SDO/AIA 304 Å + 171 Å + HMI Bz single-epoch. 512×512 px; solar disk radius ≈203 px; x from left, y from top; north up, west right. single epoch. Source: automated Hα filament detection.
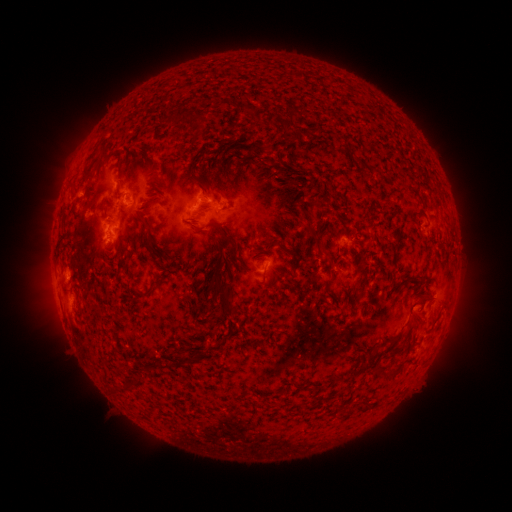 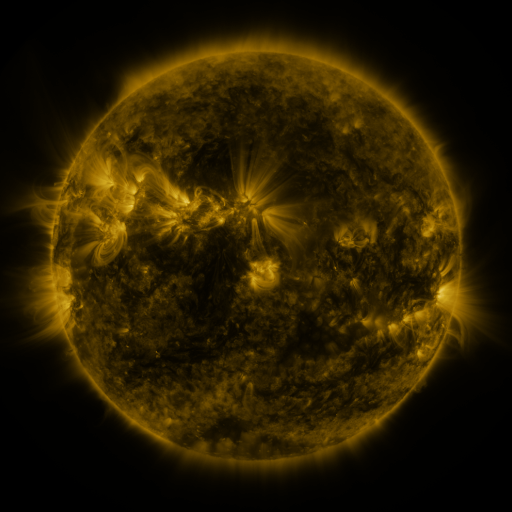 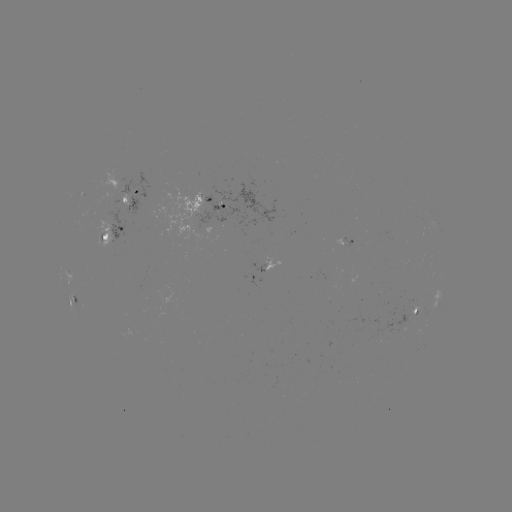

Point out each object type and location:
filament: [170, 106, 182, 120]
filament: [275, 108, 302, 149]
filament: [194, 114, 205, 123]
filament: [216, 139, 228, 150]
filament: [264, 144, 272, 154]
filament: [190, 145, 206, 166]
filament: [148, 174, 160, 183]
filament: [195, 180, 209, 195]
filament: [139, 198, 155, 212]
filament: [310, 199, 322, 209]
filament: [306, 209, 319, 220]
filament: [142, 220, 150, 230]
filament: [215, 223, 238, 255]
filament: [195, 226, 205, 232]
filament: [315, 244, 327, 257]
filament: [207, 267, 239, 315]
filament: [358, 269, 369, 293]
filament: [322, 277, 334, 294]
filament: [138, 287, 153, 298]
filament: [209, 299, 217, 309]
filament: [171, 356, 197, 368]
filament: [357, 361, 369, 372]
filament: [145, 365, 154, 374]
filament: [376, 367, 389, 375]
filament: [125, 377, 143, 392]
